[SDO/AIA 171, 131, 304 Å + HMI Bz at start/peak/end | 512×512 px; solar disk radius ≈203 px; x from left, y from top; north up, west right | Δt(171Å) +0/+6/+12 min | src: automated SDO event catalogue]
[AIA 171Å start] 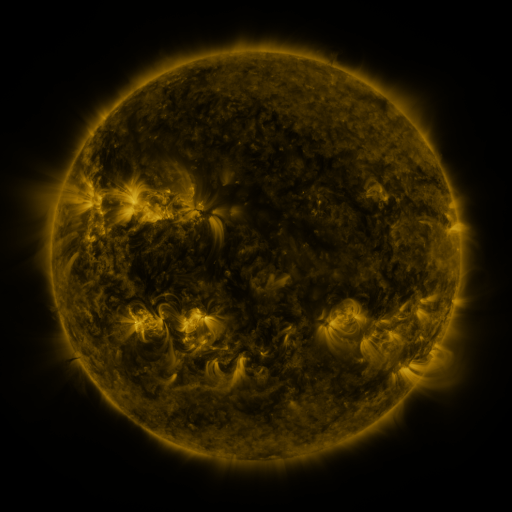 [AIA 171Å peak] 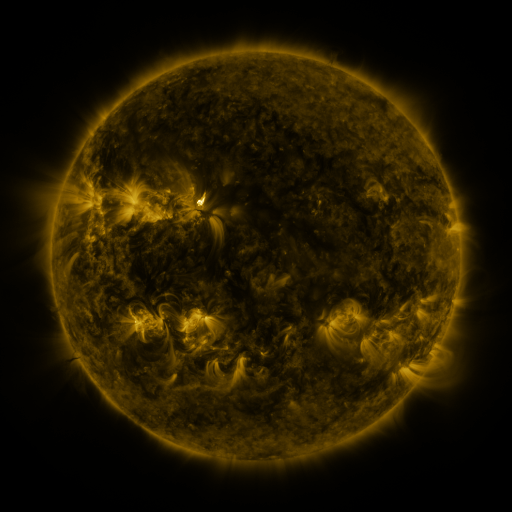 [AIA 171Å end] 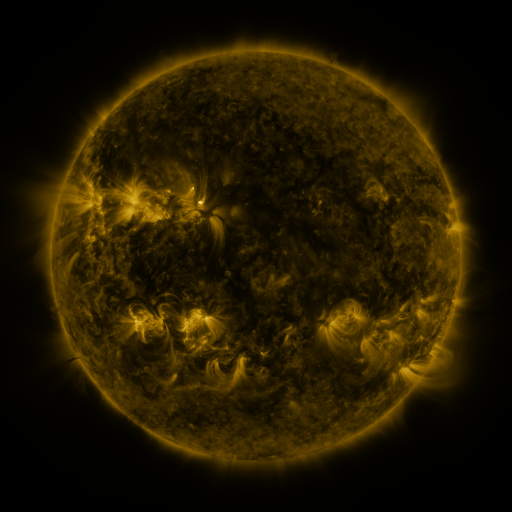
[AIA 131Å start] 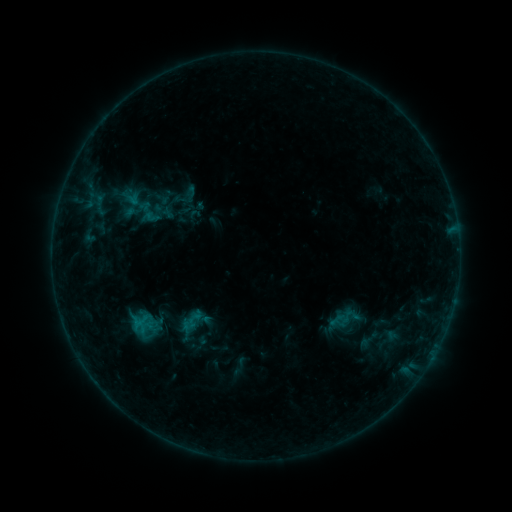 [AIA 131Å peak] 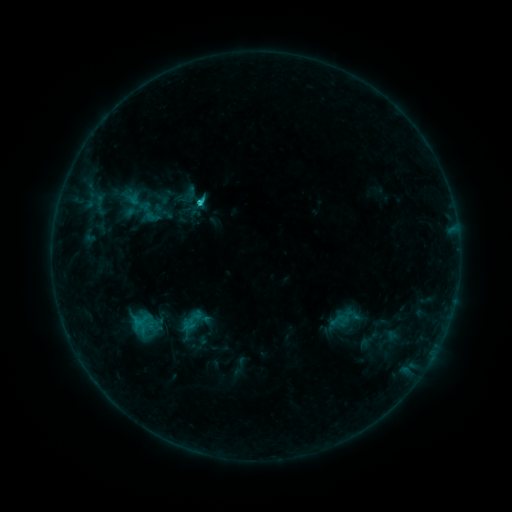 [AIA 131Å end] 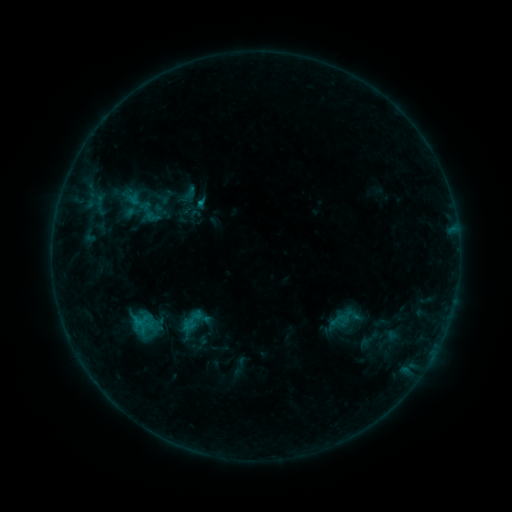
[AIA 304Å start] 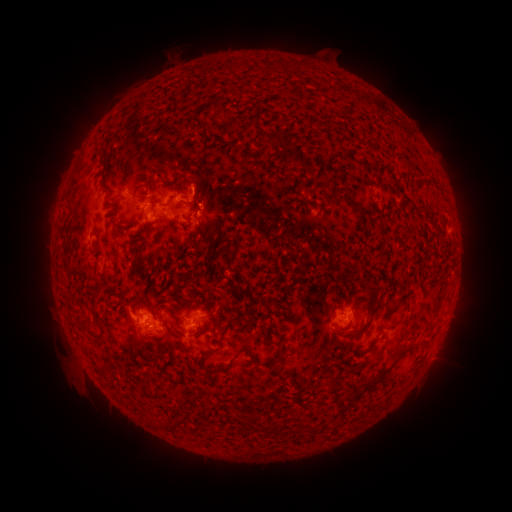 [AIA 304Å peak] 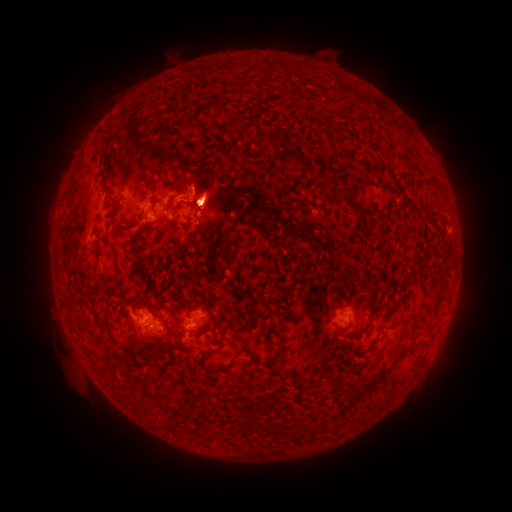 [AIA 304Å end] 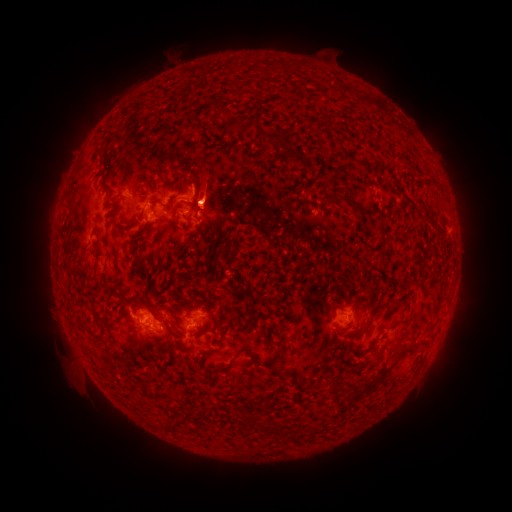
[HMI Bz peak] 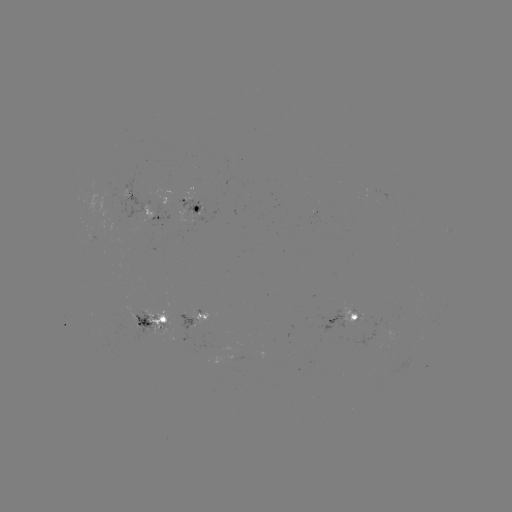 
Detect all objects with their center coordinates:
eruption: (207, 197)
